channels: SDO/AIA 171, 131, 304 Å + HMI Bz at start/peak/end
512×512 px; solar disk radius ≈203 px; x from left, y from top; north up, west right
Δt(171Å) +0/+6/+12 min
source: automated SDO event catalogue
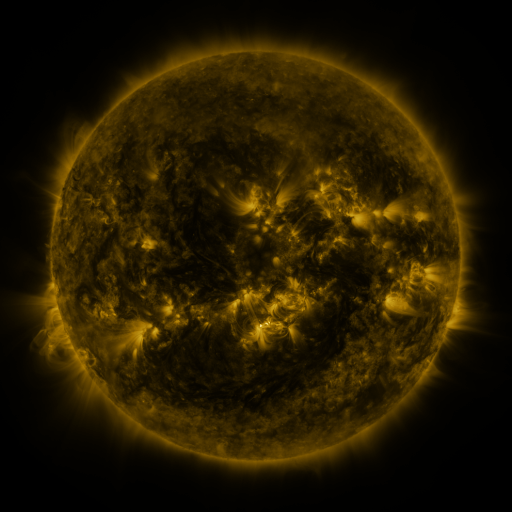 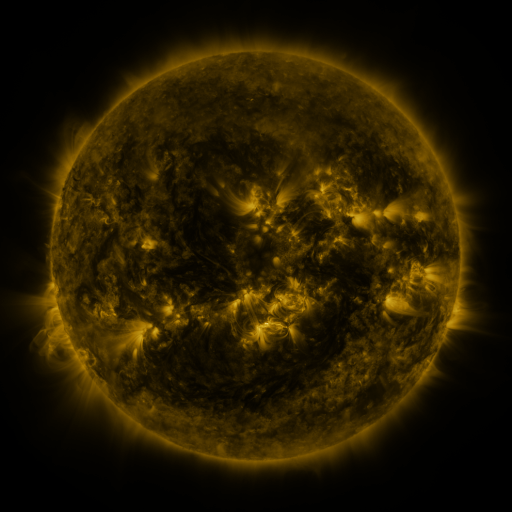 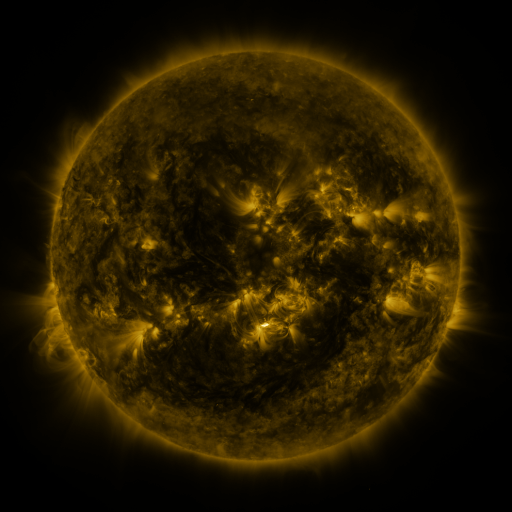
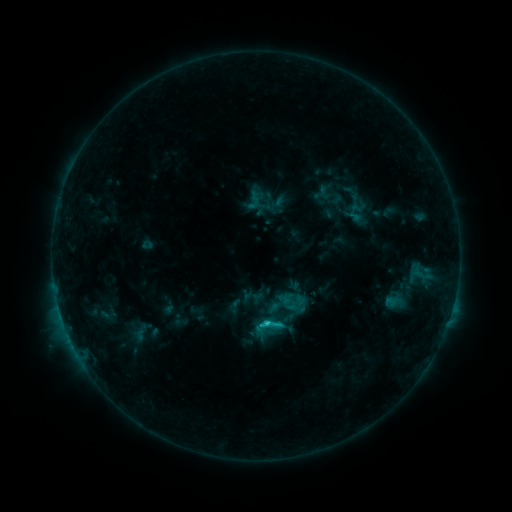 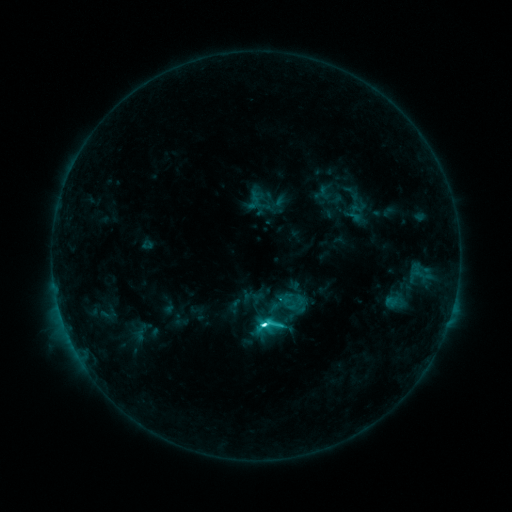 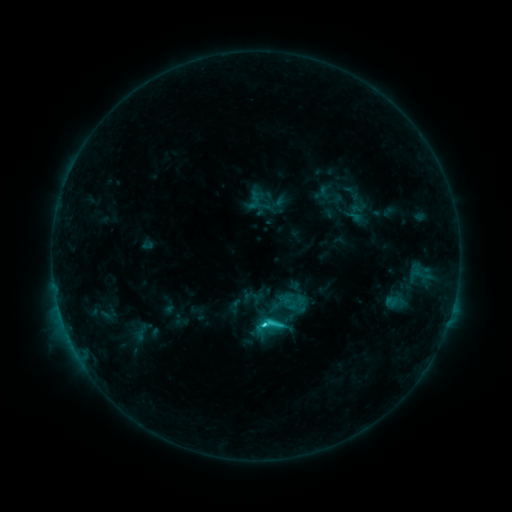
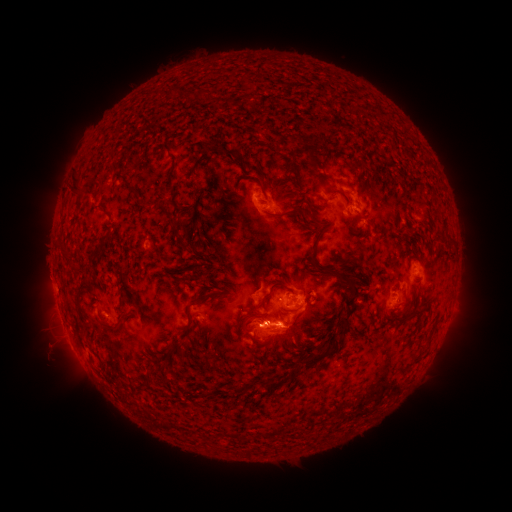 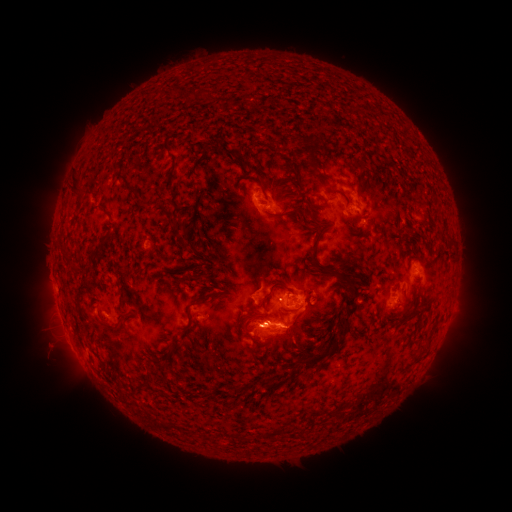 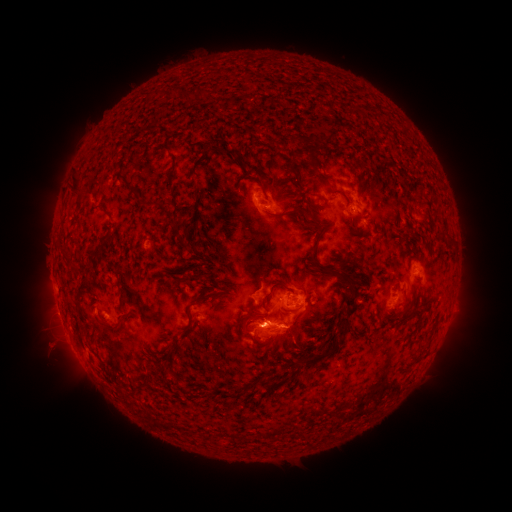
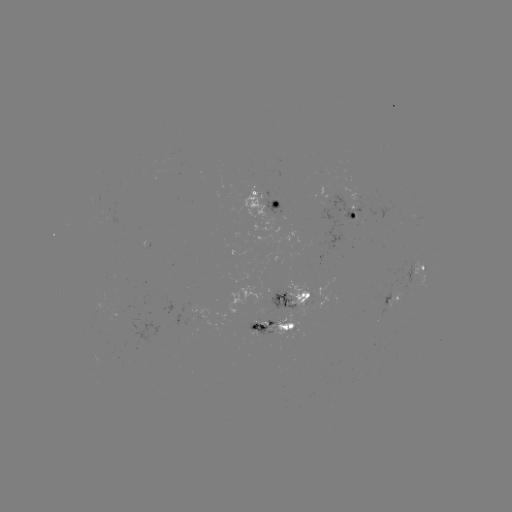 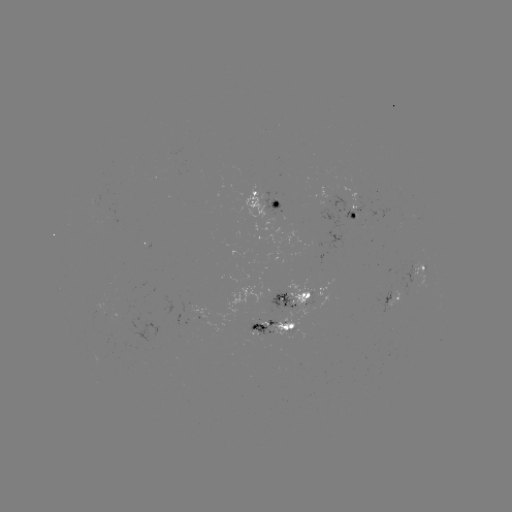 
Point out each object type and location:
C4.9 flare: (266, 323)
